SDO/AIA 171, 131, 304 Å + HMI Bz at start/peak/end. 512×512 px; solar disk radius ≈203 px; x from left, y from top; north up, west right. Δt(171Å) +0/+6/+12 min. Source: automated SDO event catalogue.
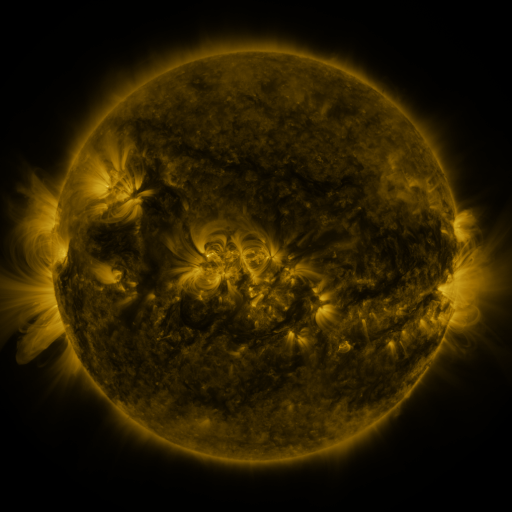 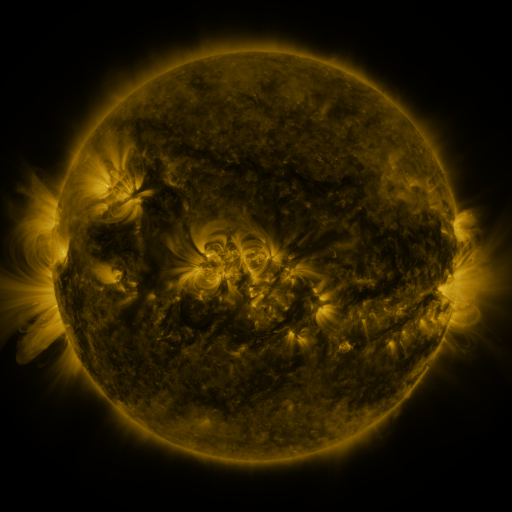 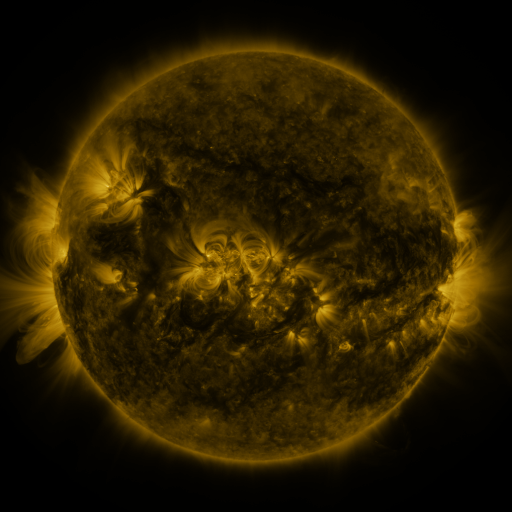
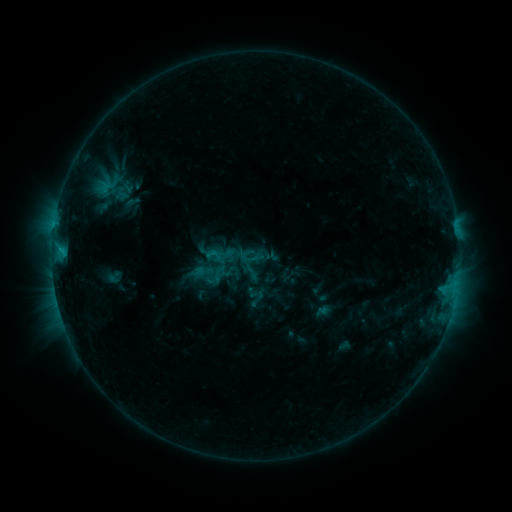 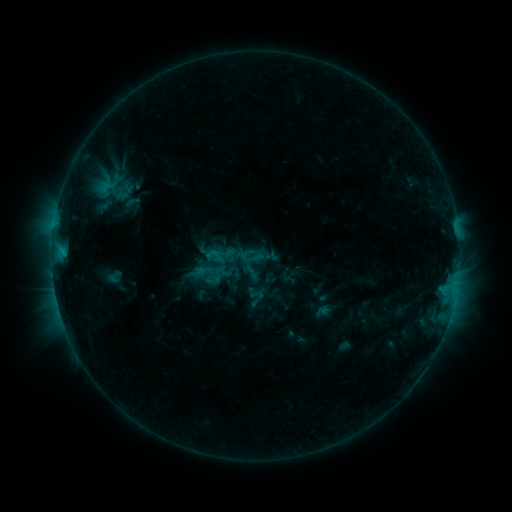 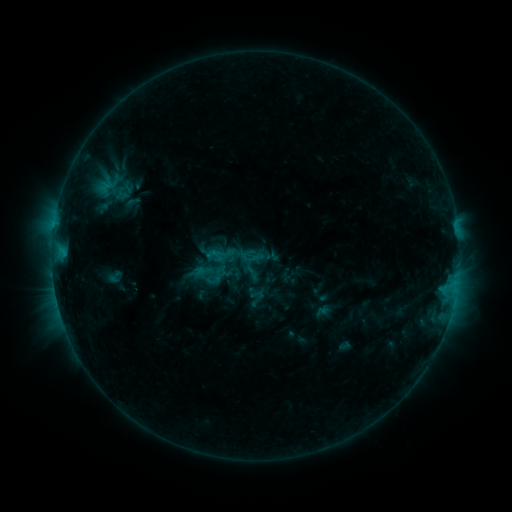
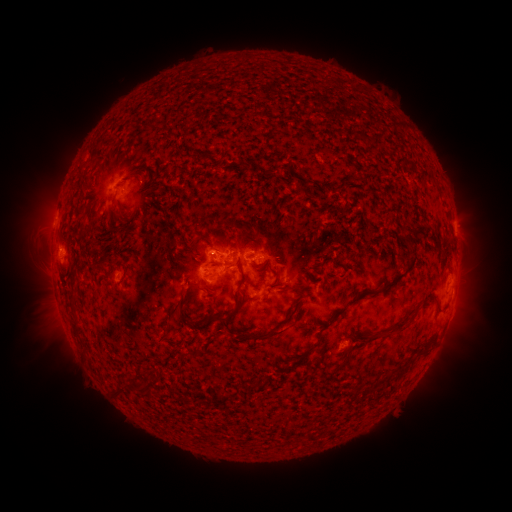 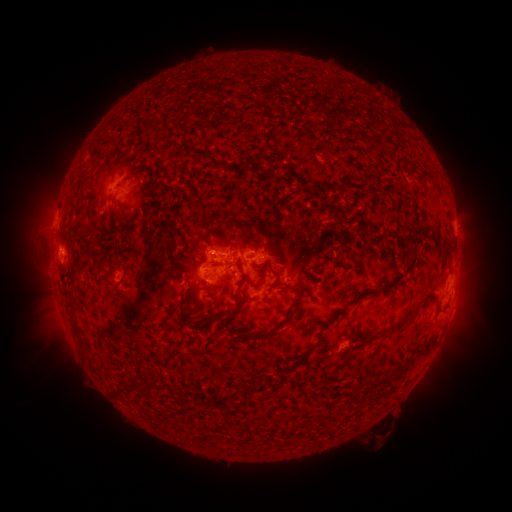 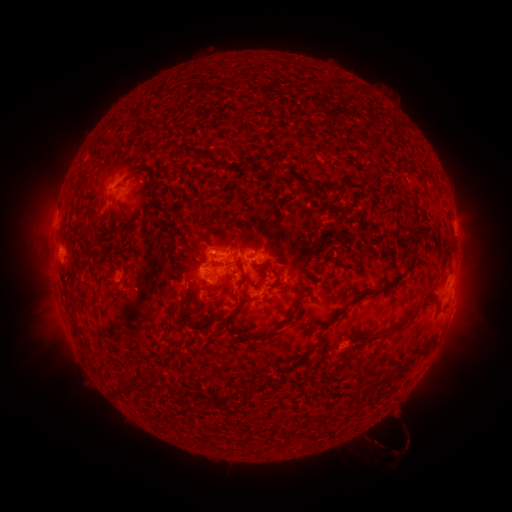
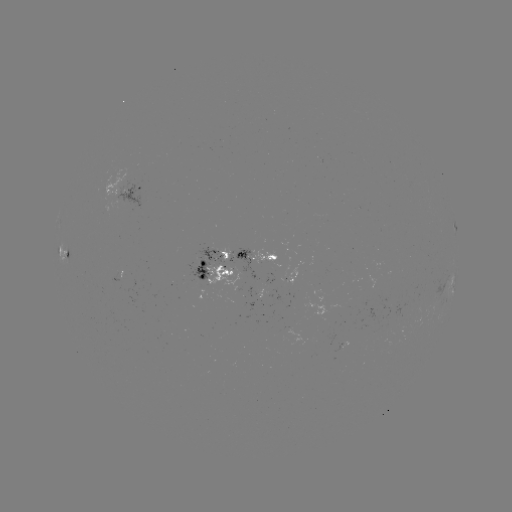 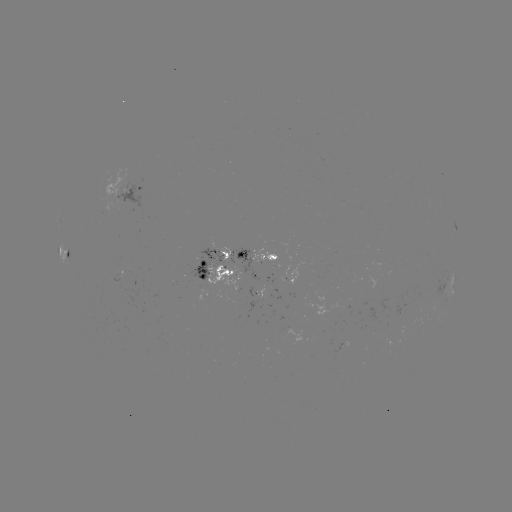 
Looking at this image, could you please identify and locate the eruption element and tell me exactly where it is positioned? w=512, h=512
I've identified eruption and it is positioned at [382, 438].